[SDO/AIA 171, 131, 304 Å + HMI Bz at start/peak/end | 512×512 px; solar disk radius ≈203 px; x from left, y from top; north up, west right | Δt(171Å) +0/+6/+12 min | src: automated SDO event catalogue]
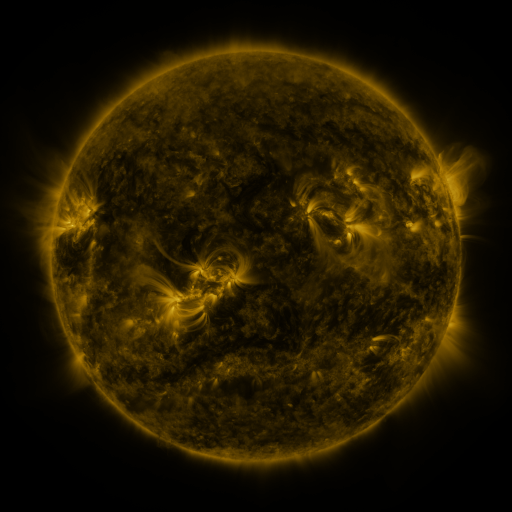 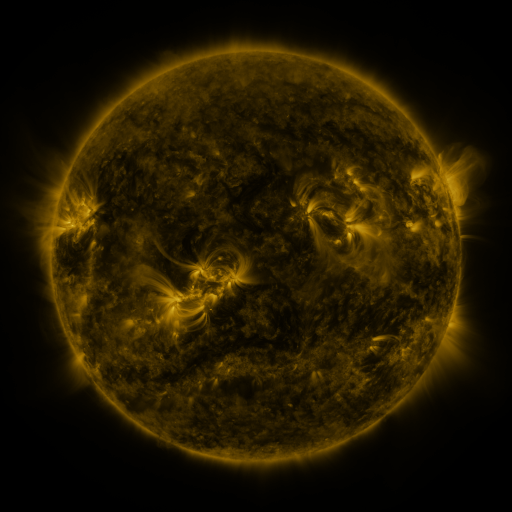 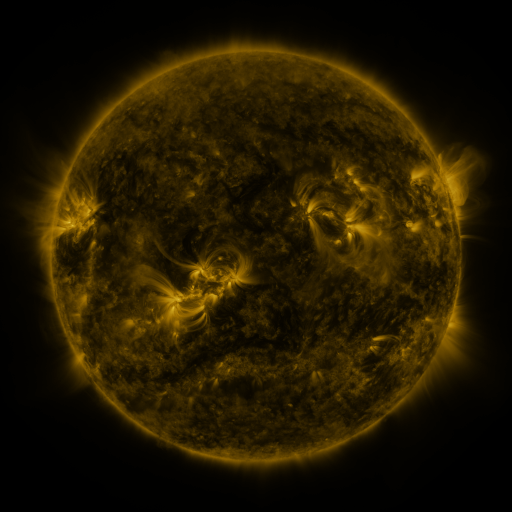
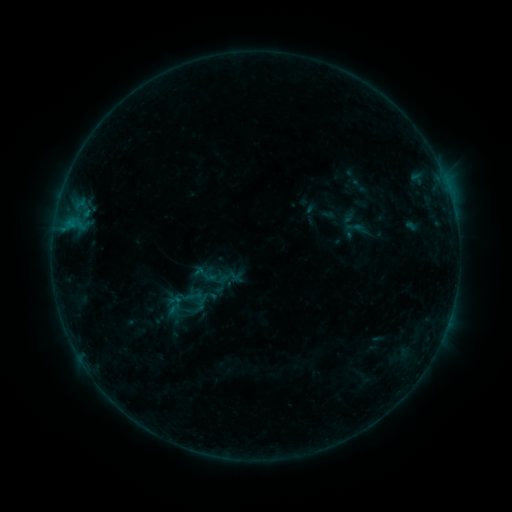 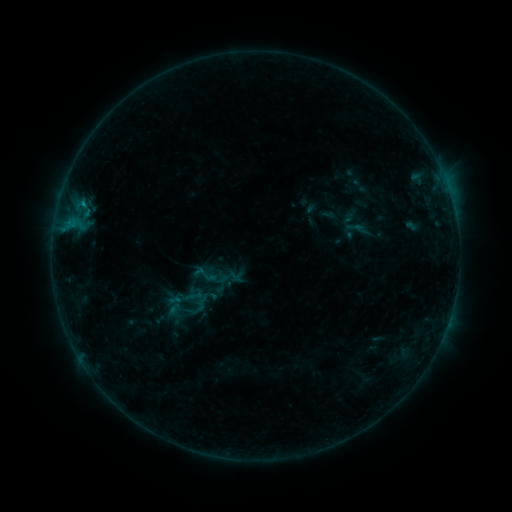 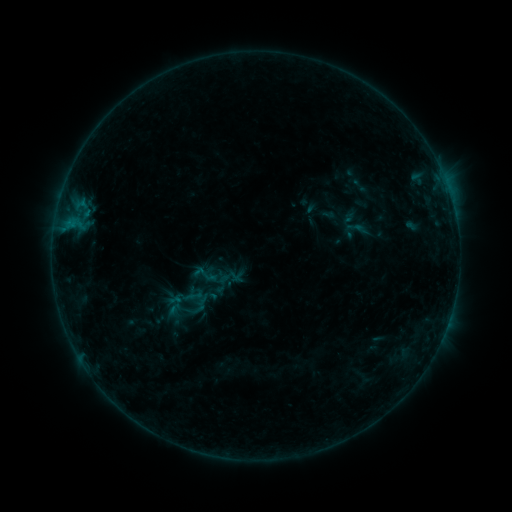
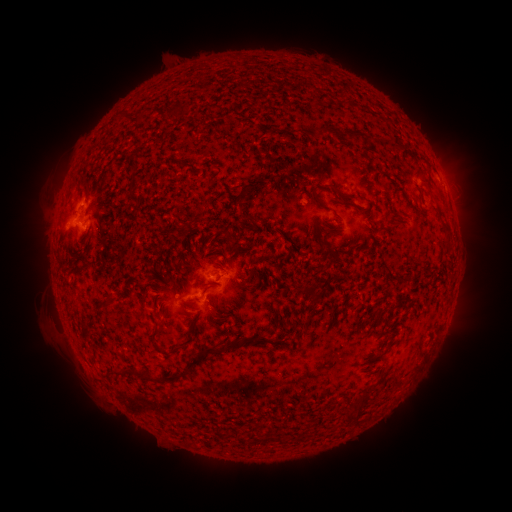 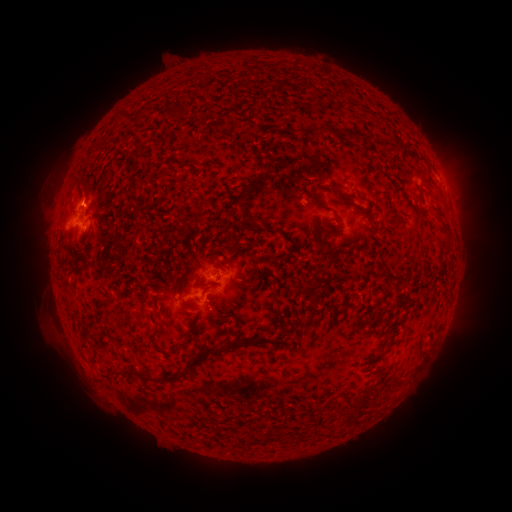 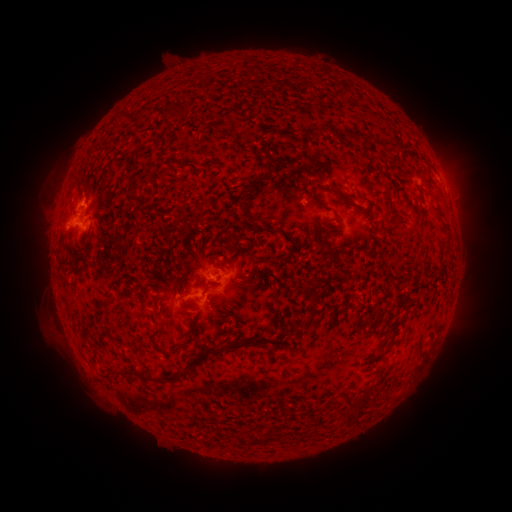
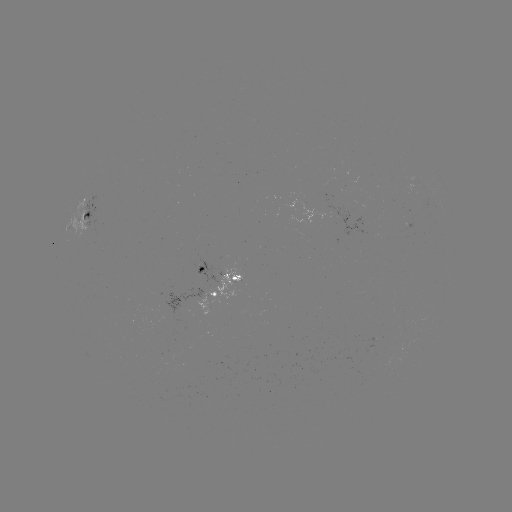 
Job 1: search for B4.1 flare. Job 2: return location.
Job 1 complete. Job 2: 84,207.